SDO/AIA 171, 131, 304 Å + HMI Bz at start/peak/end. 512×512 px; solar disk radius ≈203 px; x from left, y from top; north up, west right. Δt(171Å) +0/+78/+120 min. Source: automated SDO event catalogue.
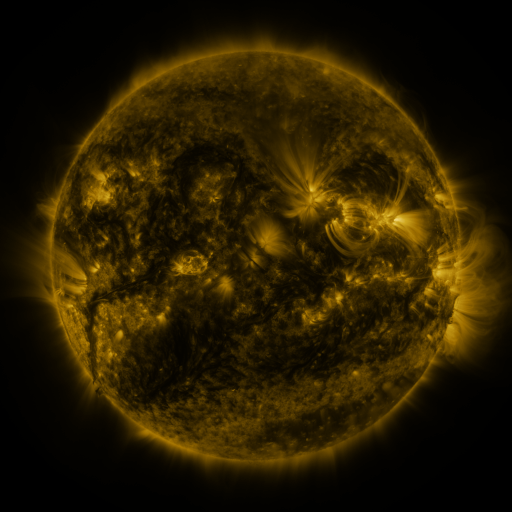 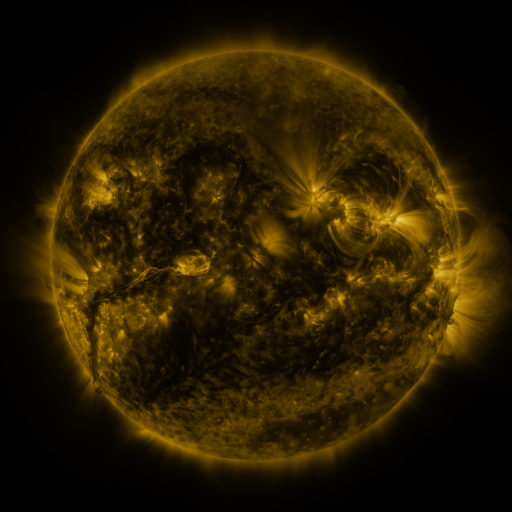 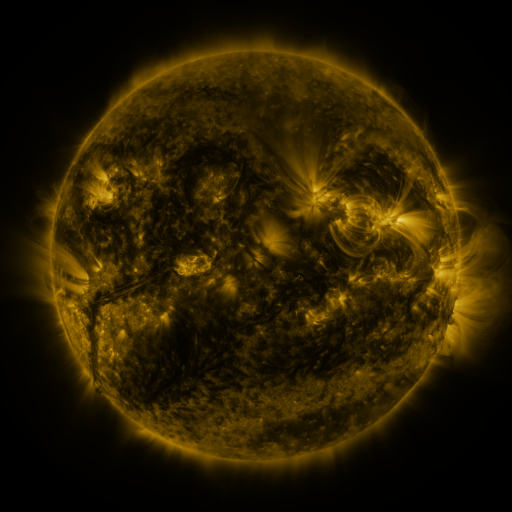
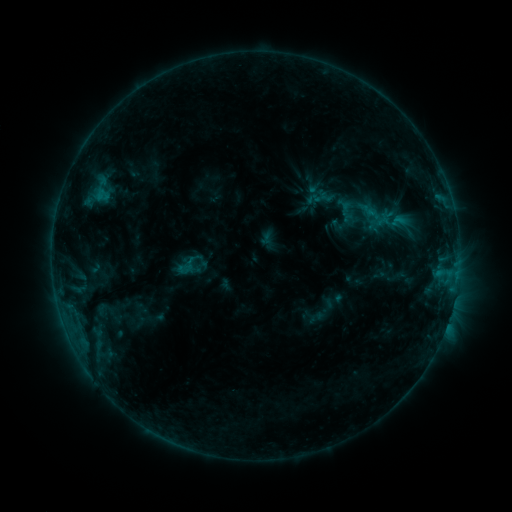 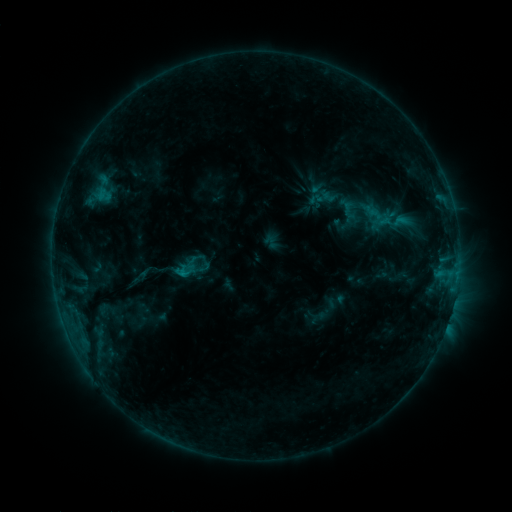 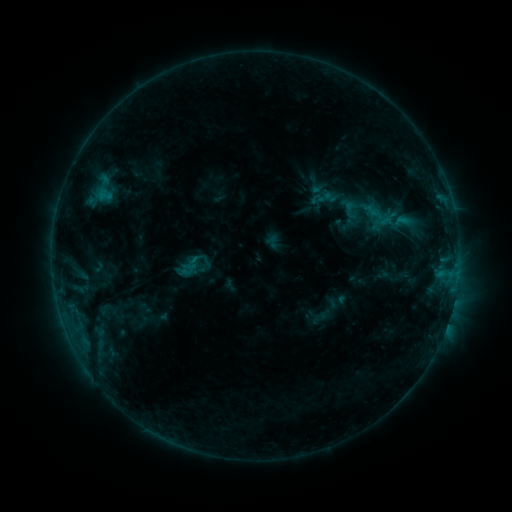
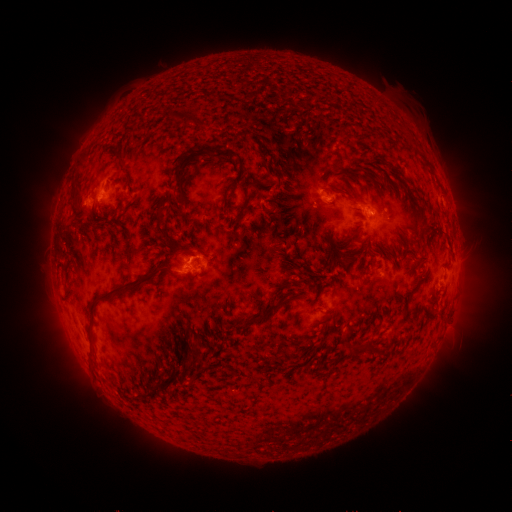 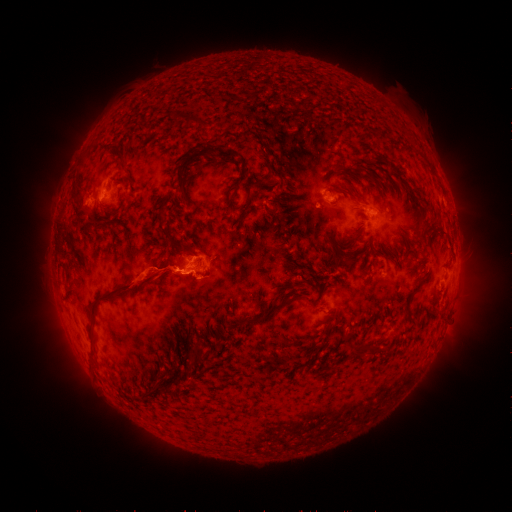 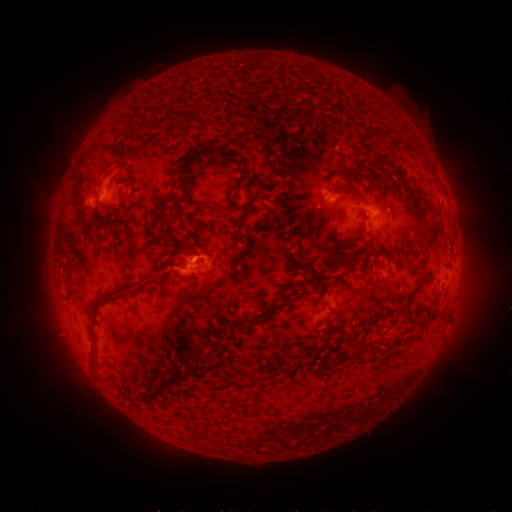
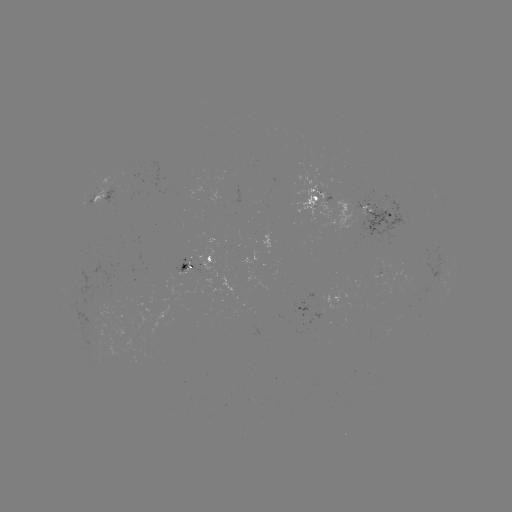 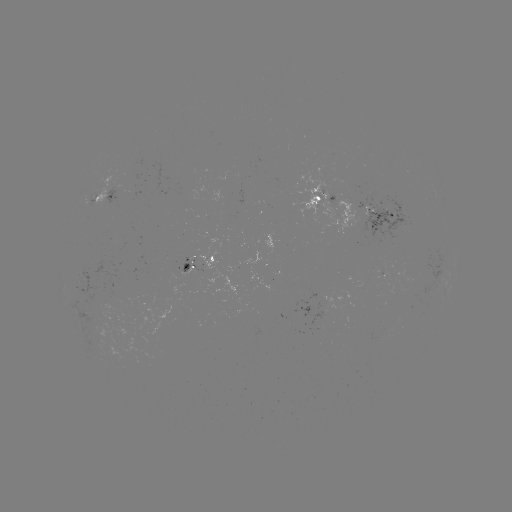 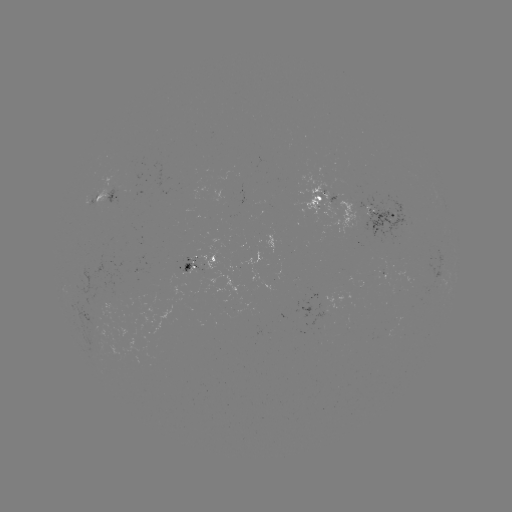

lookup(emerging-flux region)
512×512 (324, 309)